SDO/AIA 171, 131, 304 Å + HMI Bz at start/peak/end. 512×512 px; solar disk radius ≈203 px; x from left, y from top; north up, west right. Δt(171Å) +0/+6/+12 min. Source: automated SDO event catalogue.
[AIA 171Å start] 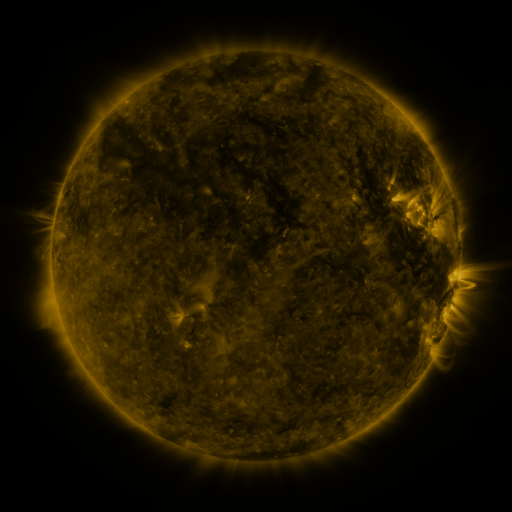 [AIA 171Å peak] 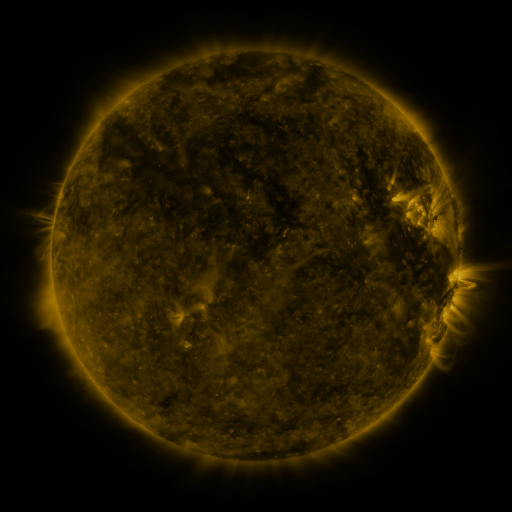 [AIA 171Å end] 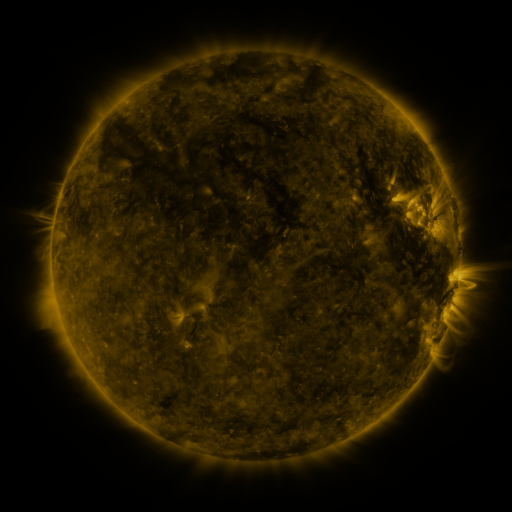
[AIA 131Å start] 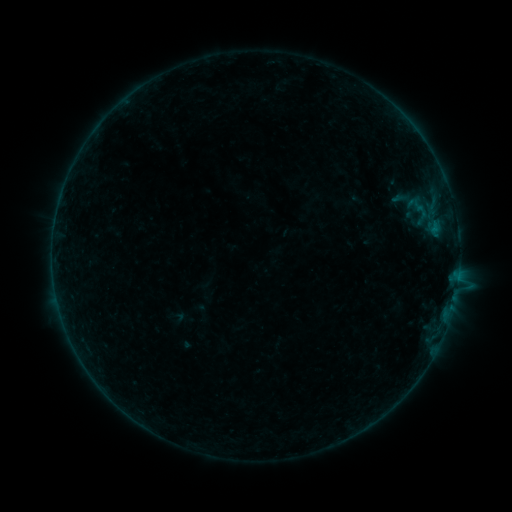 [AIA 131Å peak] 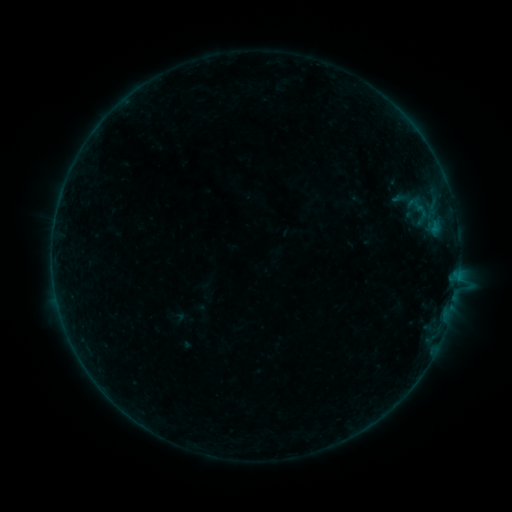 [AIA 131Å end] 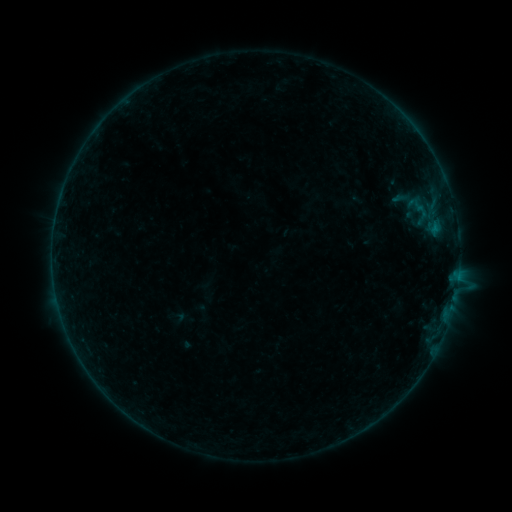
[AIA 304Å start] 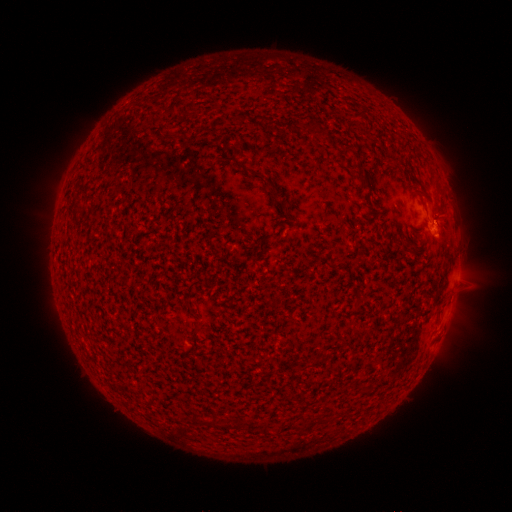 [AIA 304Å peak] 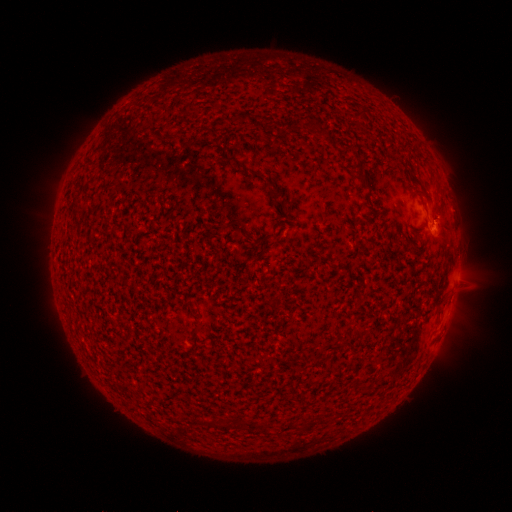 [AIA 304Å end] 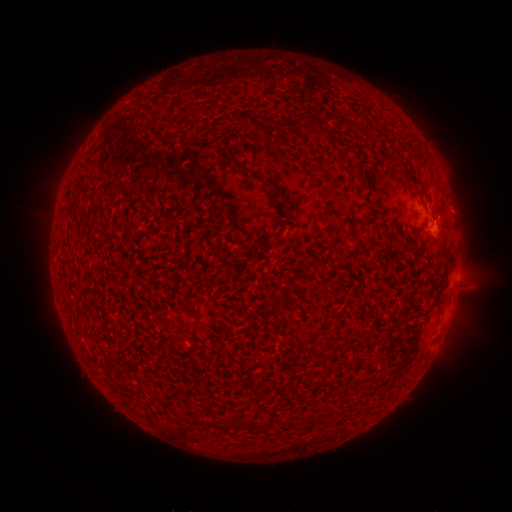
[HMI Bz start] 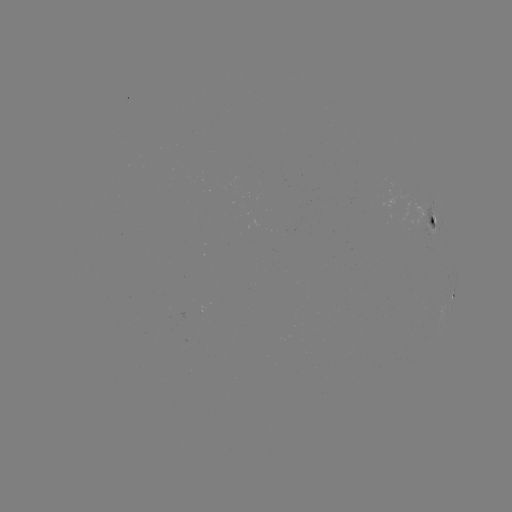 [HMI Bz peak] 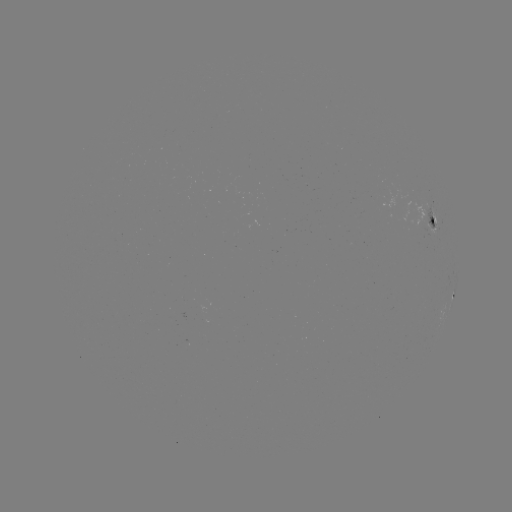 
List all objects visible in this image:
B2.2 flare: (432, 227)
